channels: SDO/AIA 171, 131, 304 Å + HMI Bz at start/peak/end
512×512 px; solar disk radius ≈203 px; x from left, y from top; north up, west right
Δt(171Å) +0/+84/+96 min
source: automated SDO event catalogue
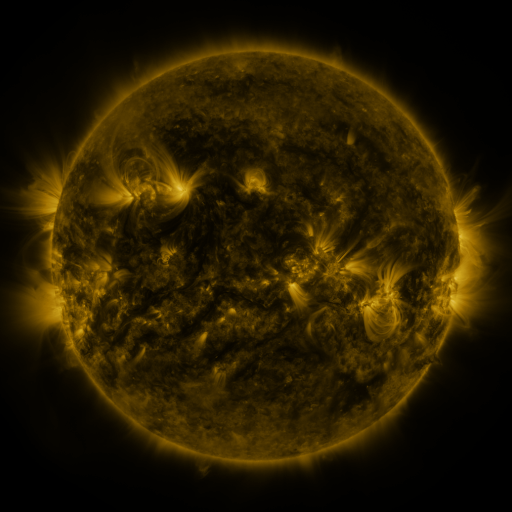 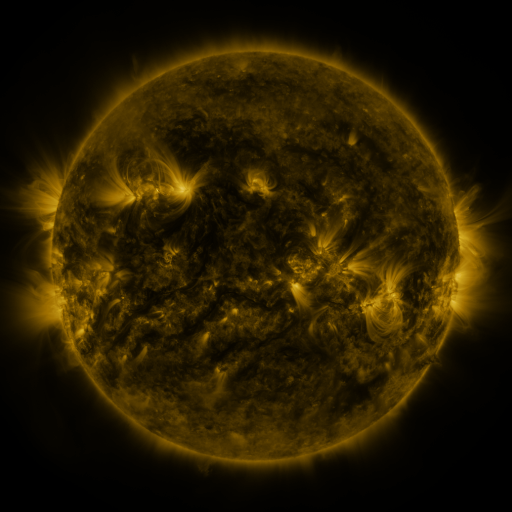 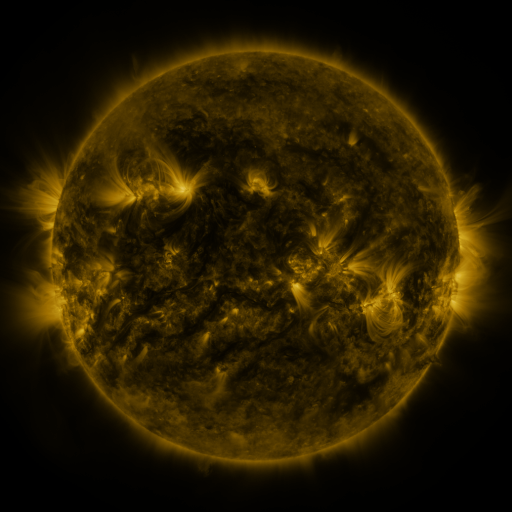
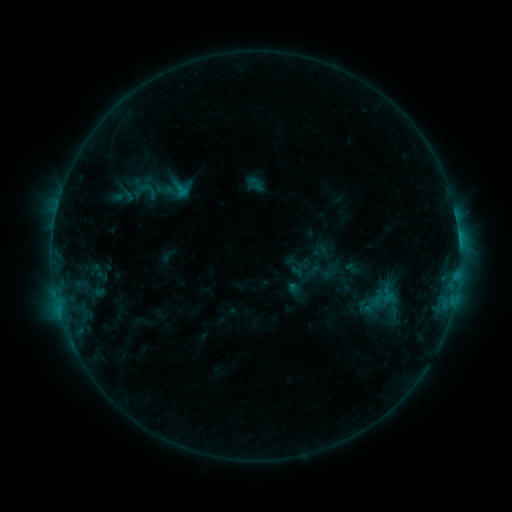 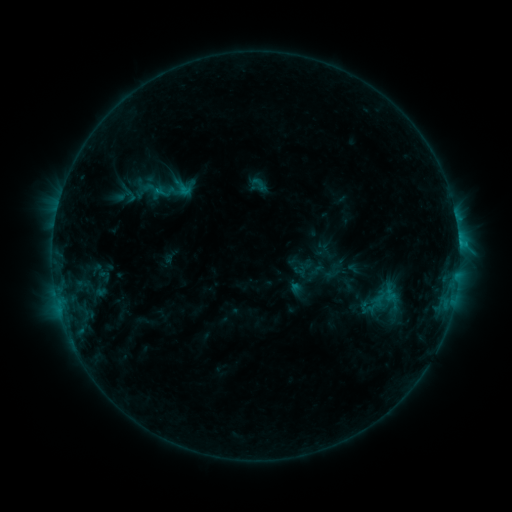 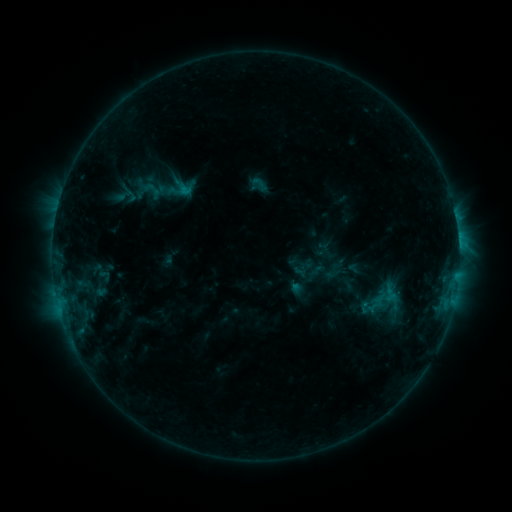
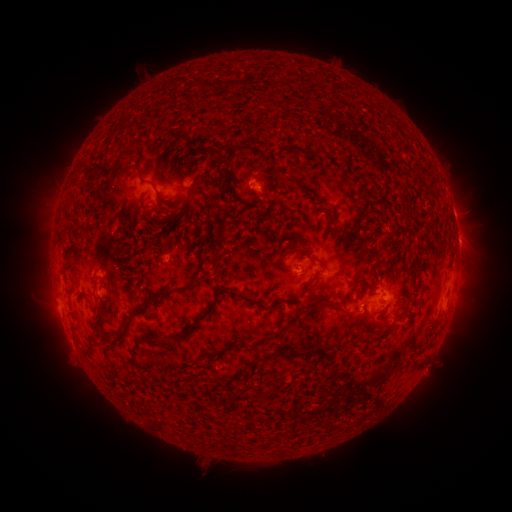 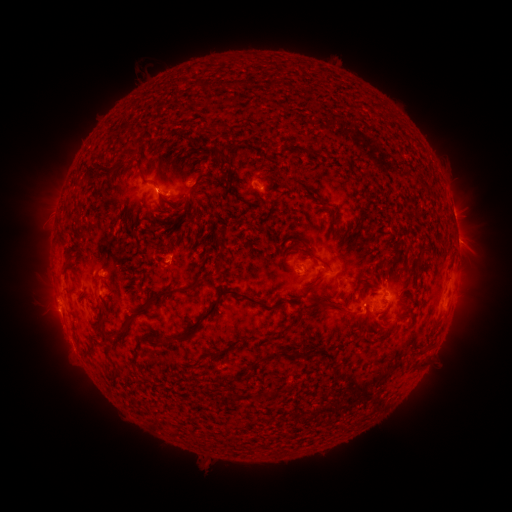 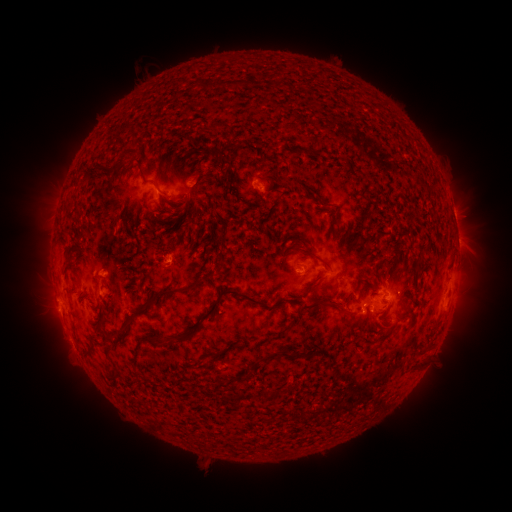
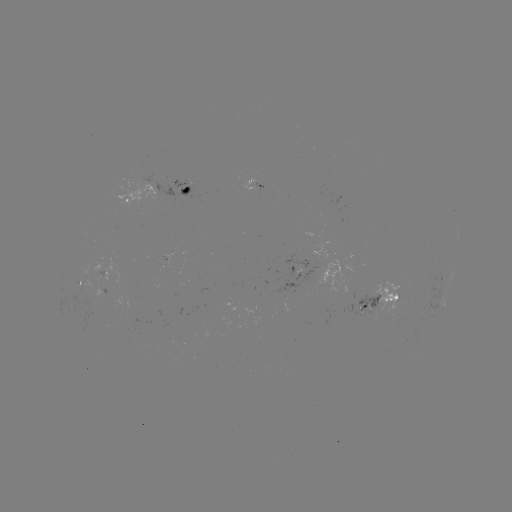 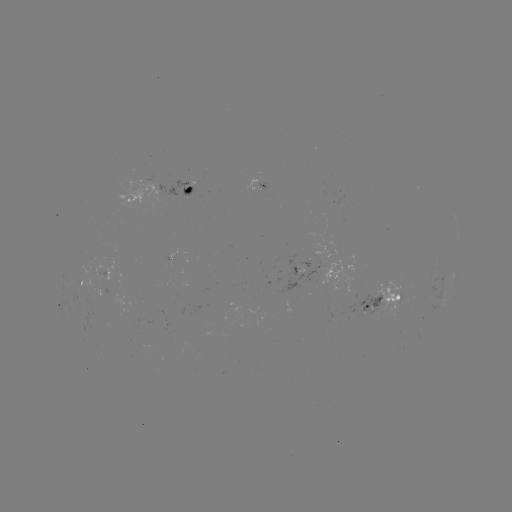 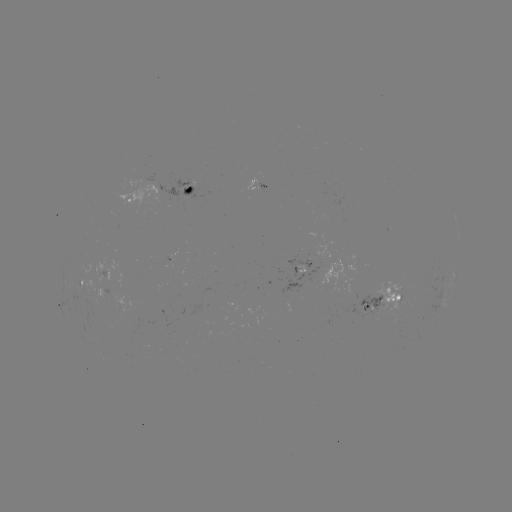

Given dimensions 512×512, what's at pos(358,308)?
emerging-flux region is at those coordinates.